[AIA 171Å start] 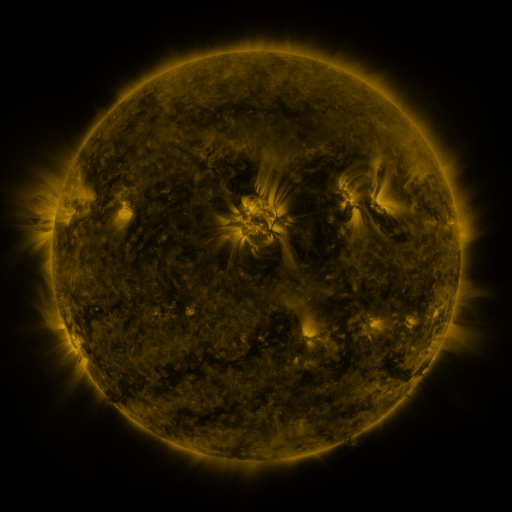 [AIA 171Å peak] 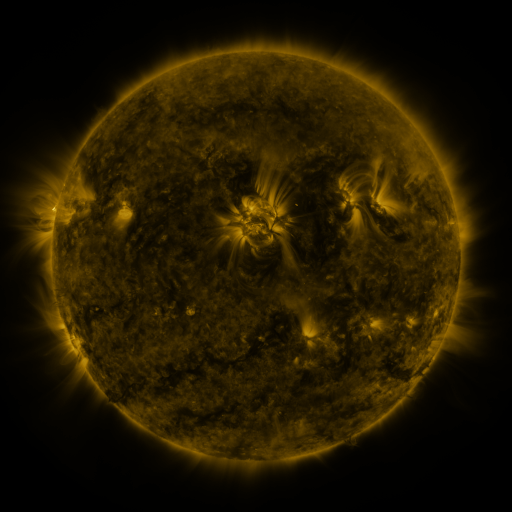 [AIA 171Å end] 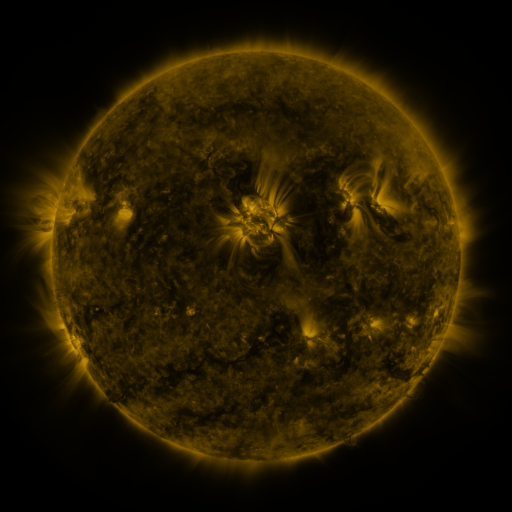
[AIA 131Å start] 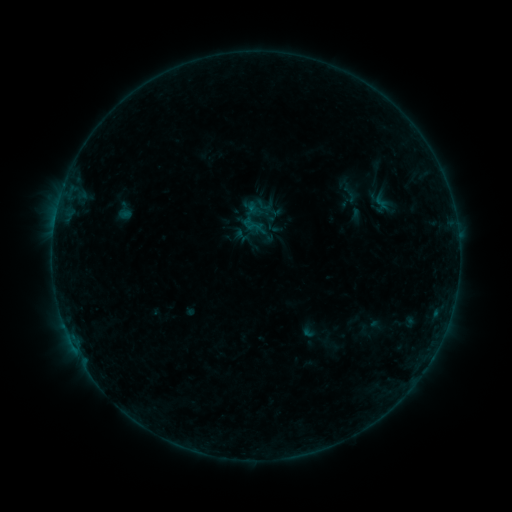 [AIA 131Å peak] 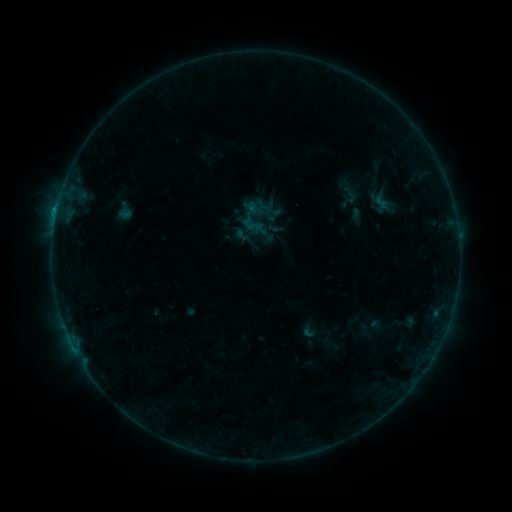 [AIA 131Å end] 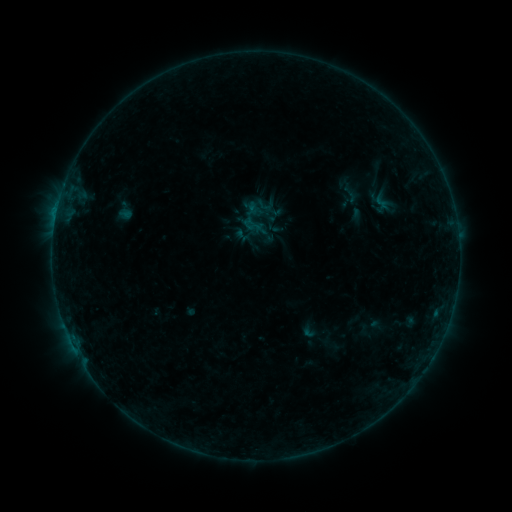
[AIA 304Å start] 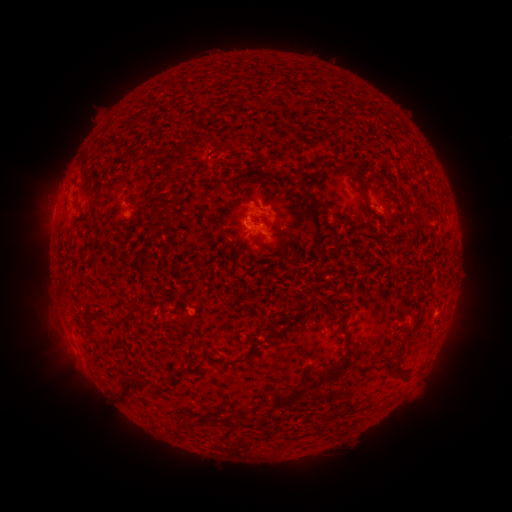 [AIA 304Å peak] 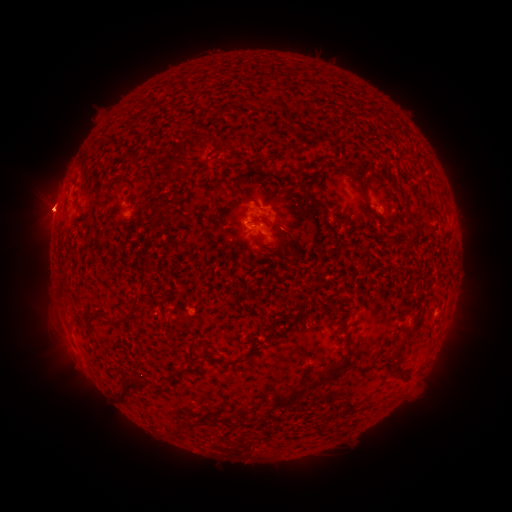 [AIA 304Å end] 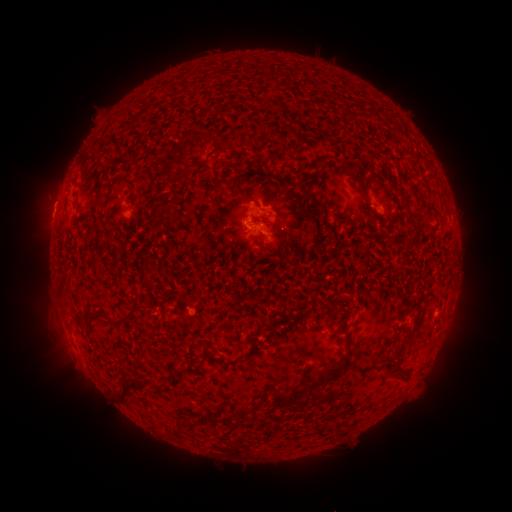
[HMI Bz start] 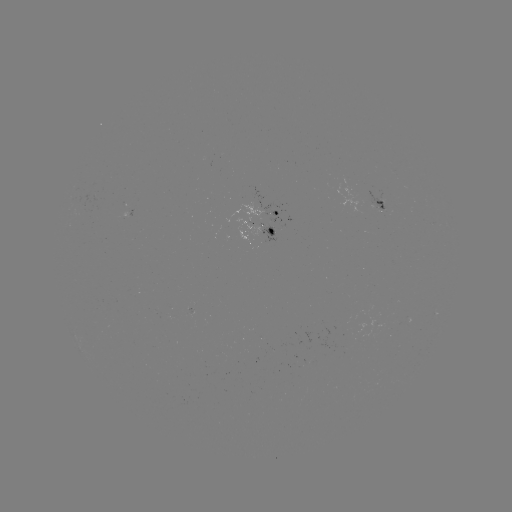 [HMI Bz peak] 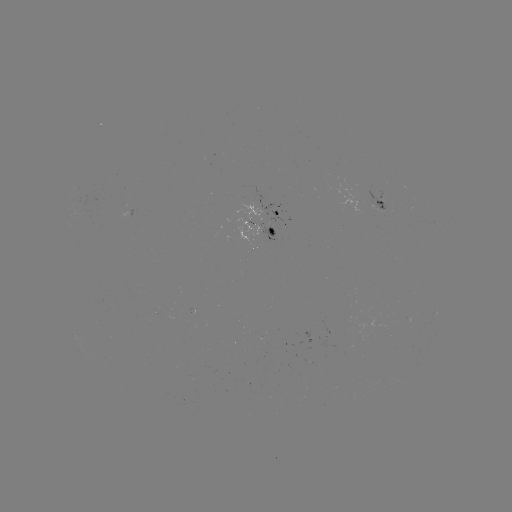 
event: flare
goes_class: B2.7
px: (57, 213)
